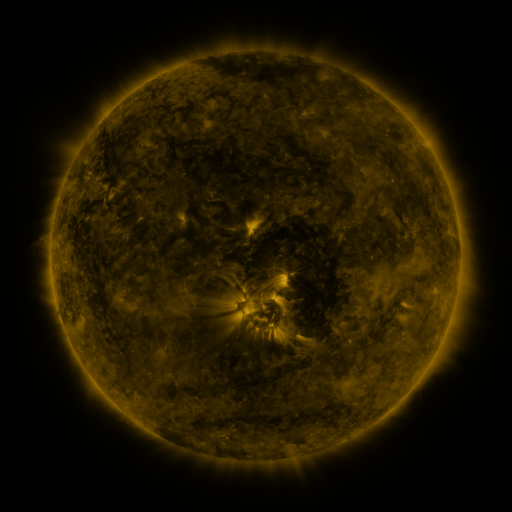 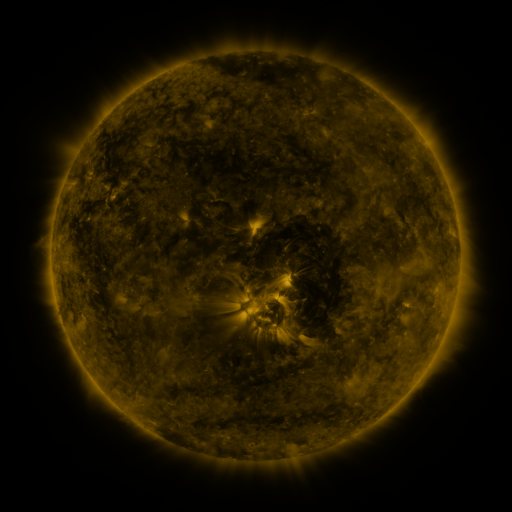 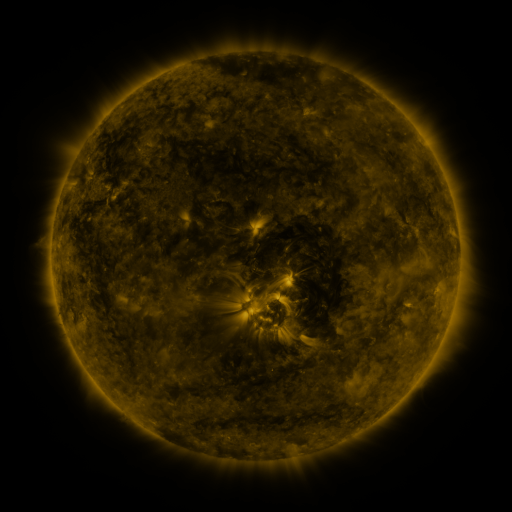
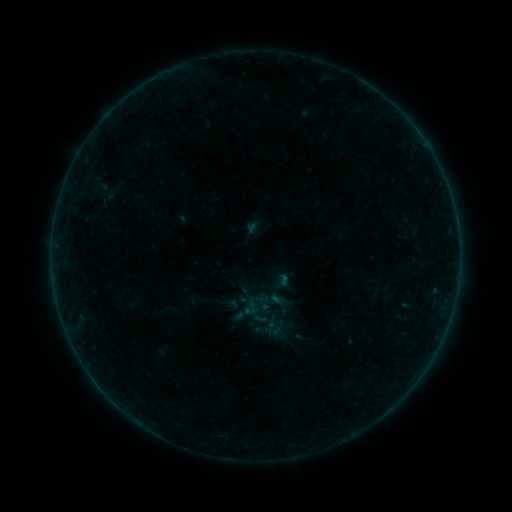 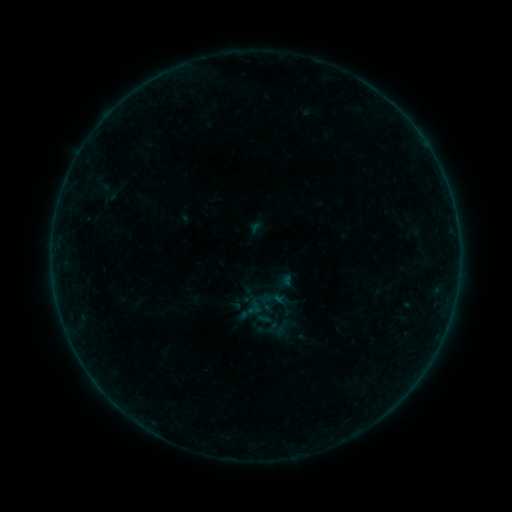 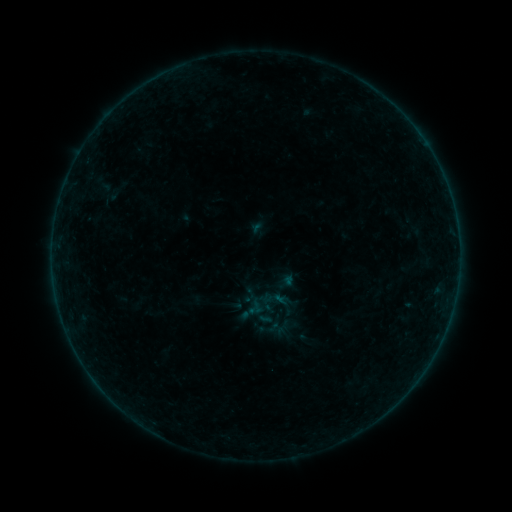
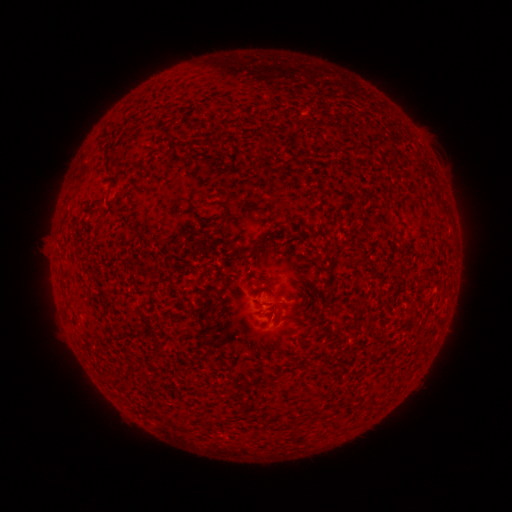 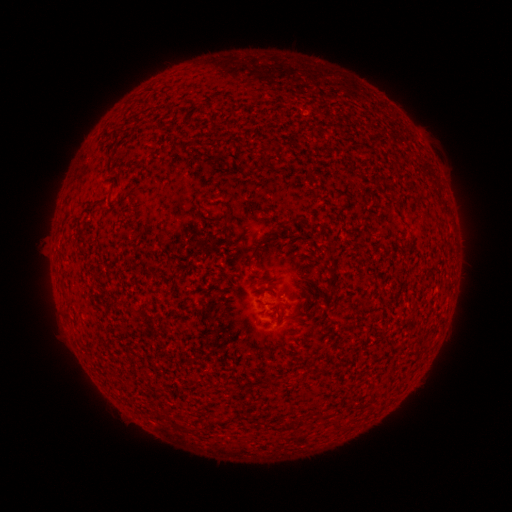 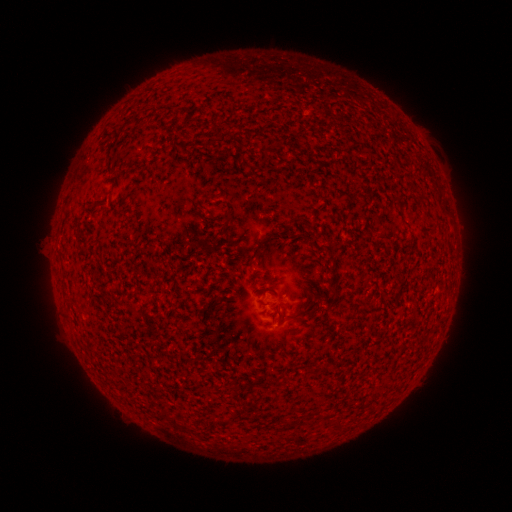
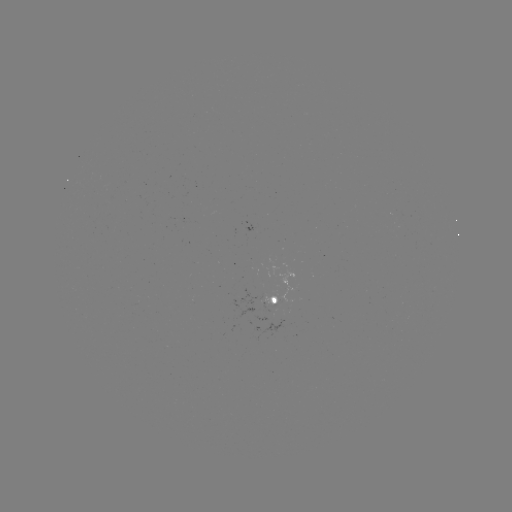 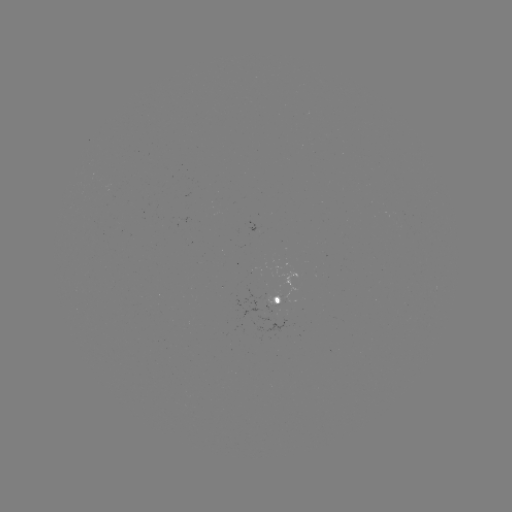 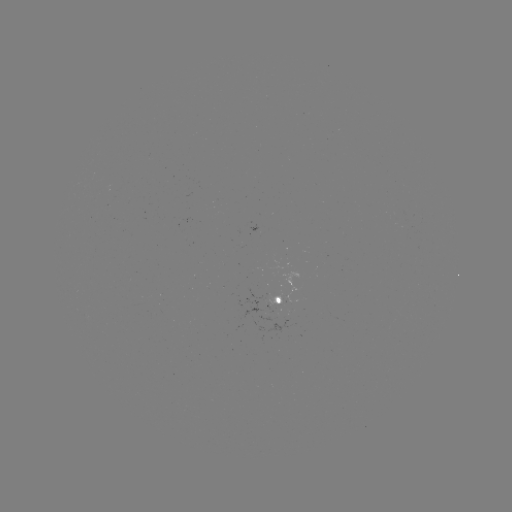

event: emerging-flux region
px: (254, 270)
